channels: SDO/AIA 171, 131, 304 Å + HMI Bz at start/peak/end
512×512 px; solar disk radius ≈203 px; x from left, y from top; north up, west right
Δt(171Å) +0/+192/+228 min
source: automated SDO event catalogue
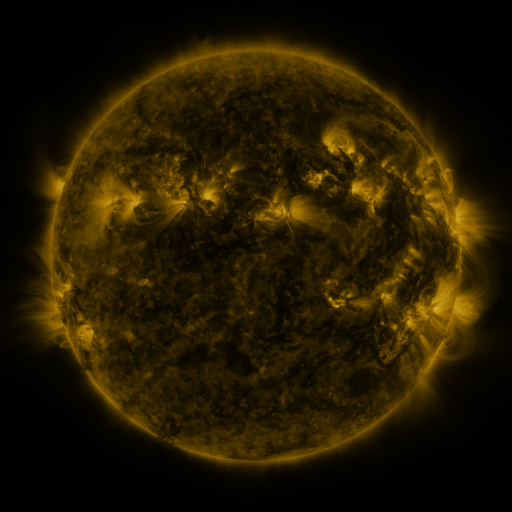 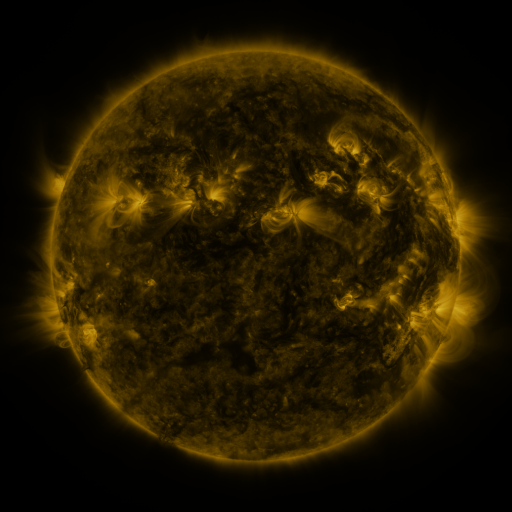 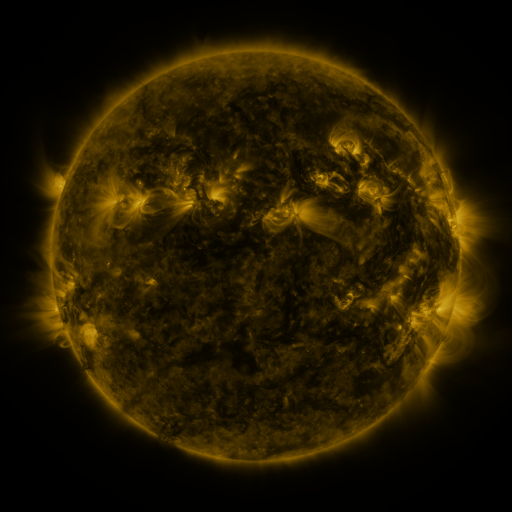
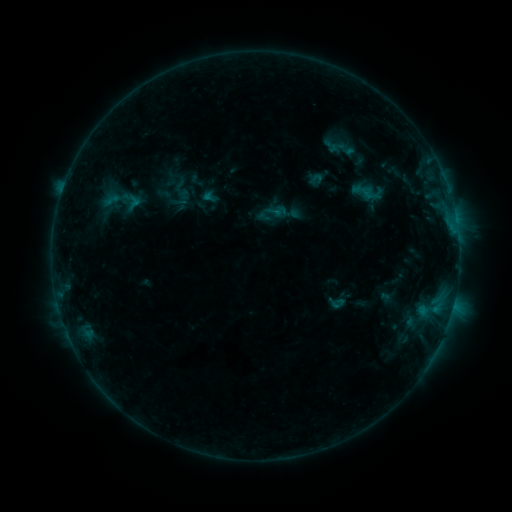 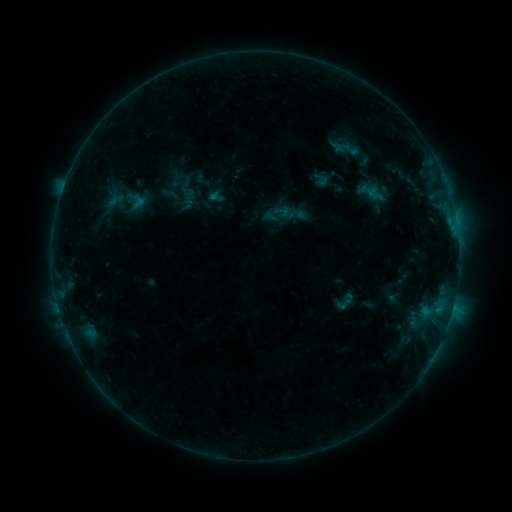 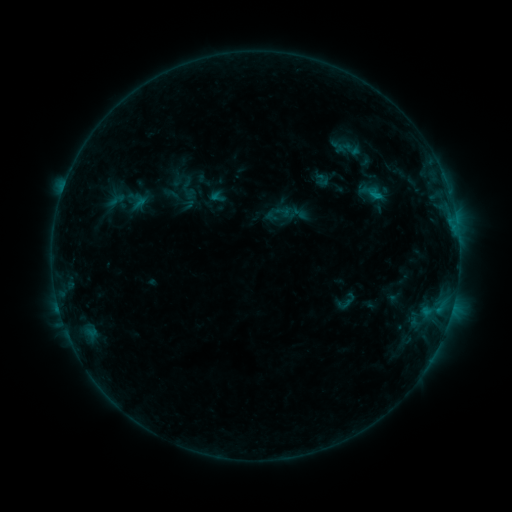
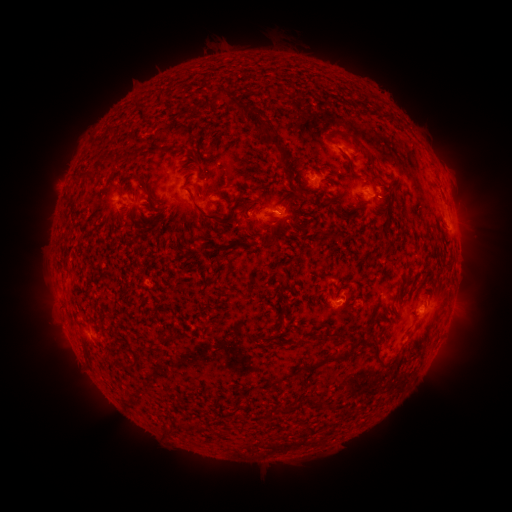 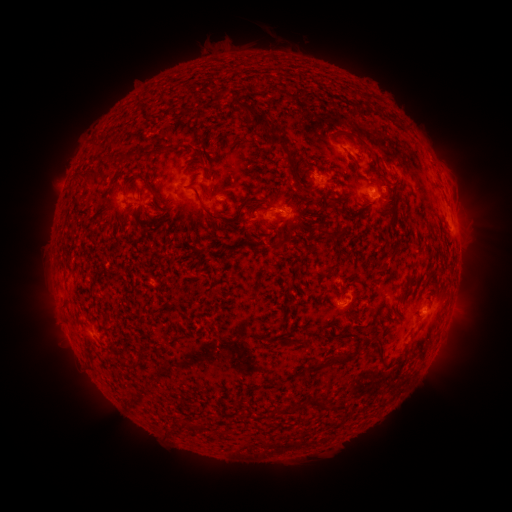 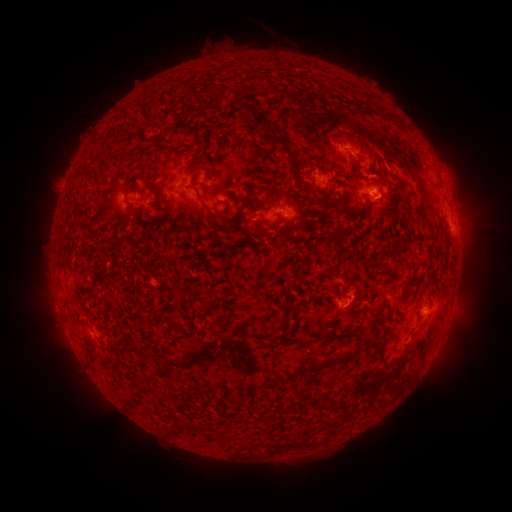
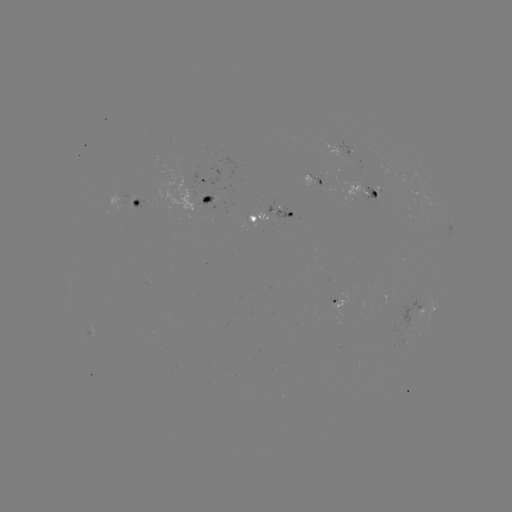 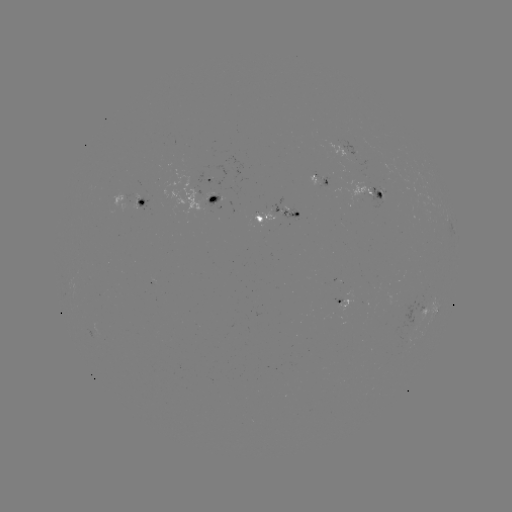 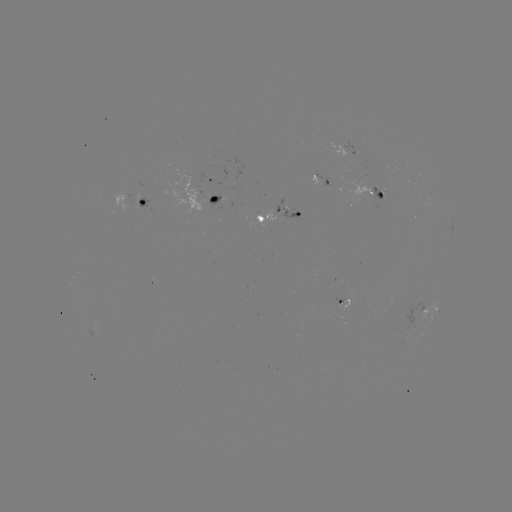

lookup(emerging-flux region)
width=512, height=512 (314, 176)